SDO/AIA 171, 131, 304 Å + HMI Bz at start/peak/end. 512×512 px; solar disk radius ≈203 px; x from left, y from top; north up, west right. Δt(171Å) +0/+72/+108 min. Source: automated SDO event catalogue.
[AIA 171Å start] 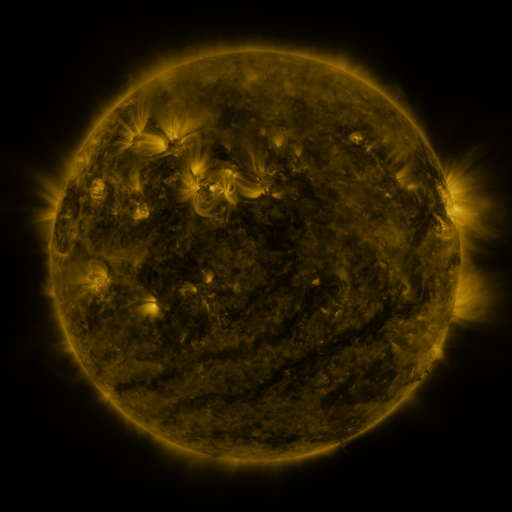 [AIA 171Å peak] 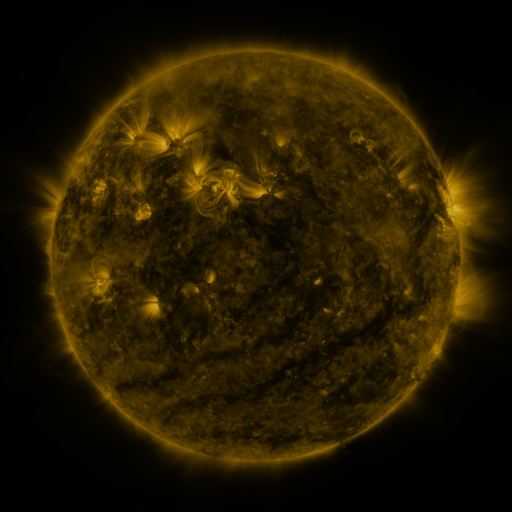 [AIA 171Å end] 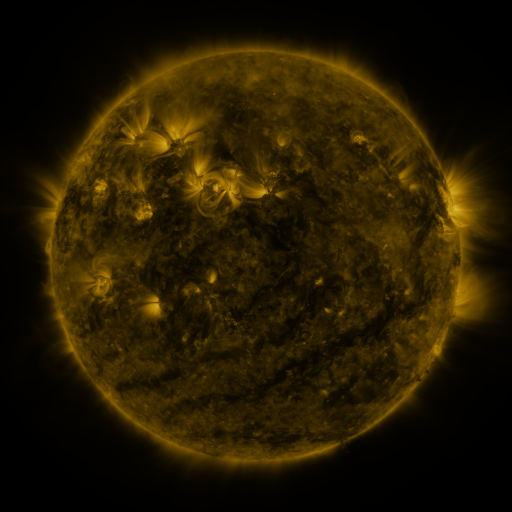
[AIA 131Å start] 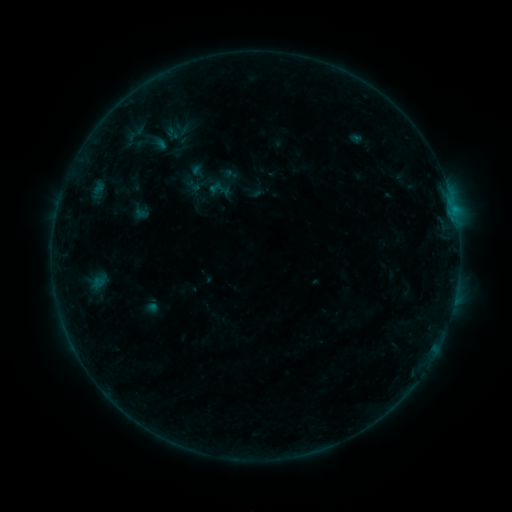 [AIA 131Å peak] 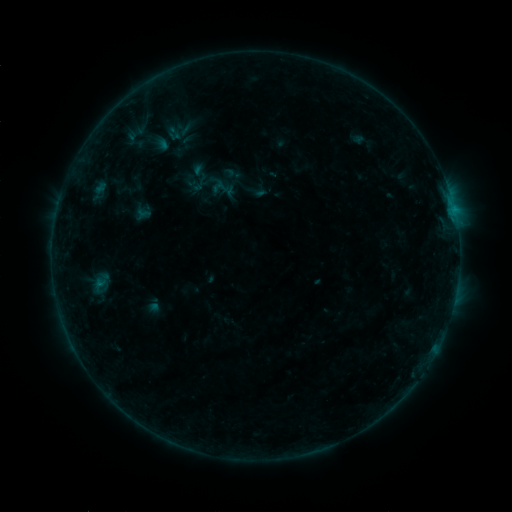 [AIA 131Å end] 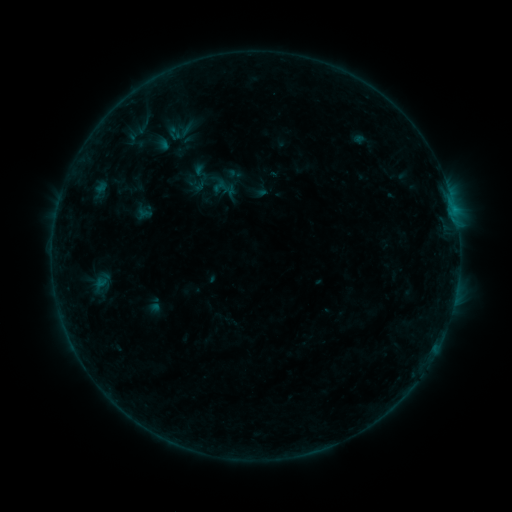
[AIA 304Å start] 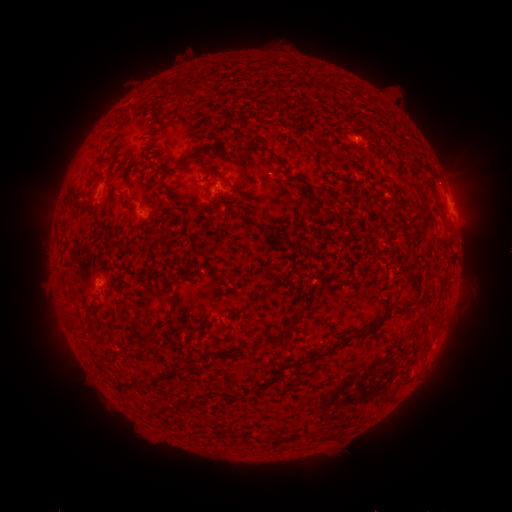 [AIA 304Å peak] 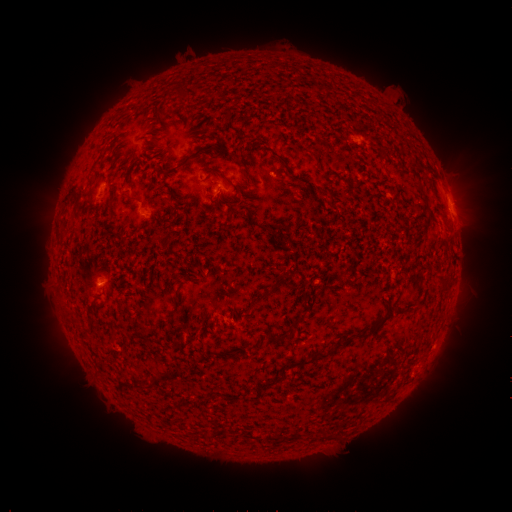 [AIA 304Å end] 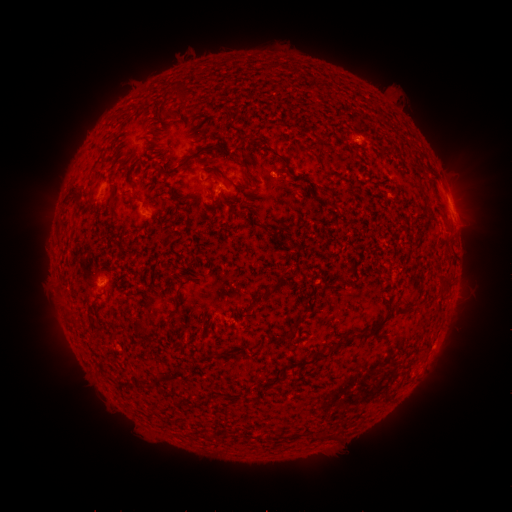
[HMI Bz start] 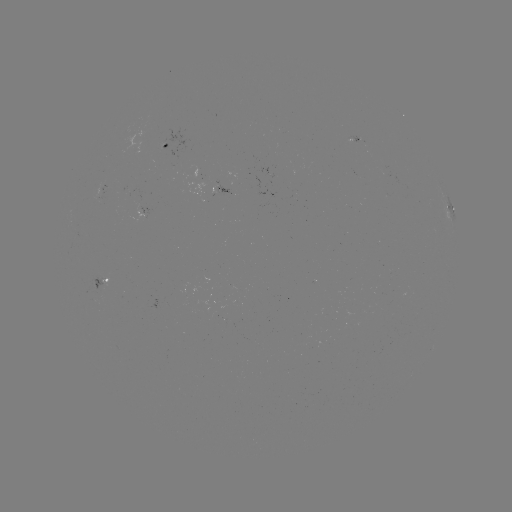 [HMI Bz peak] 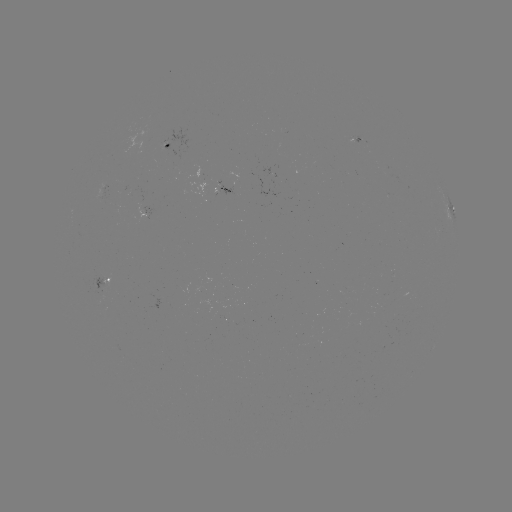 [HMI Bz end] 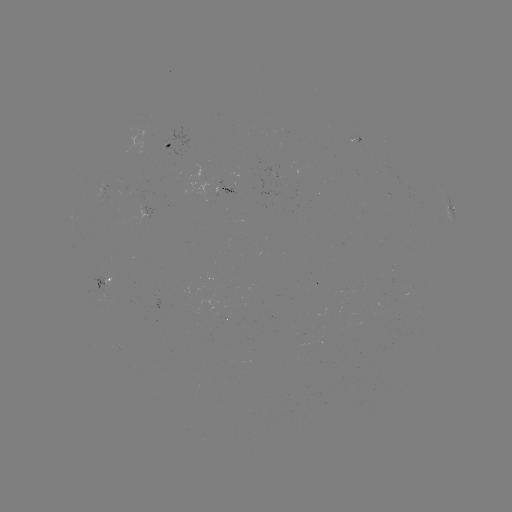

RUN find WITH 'emerging-flux region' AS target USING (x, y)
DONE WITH (269, 173) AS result